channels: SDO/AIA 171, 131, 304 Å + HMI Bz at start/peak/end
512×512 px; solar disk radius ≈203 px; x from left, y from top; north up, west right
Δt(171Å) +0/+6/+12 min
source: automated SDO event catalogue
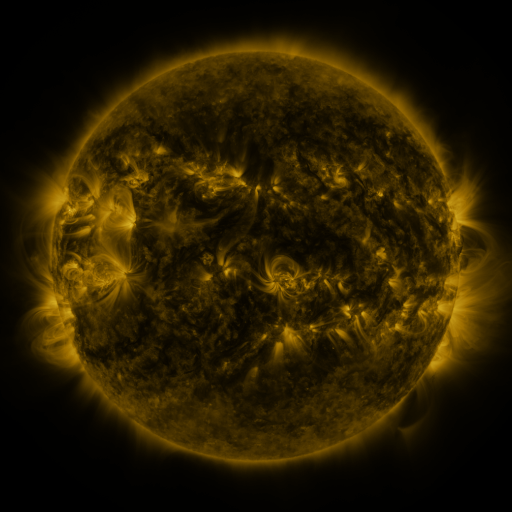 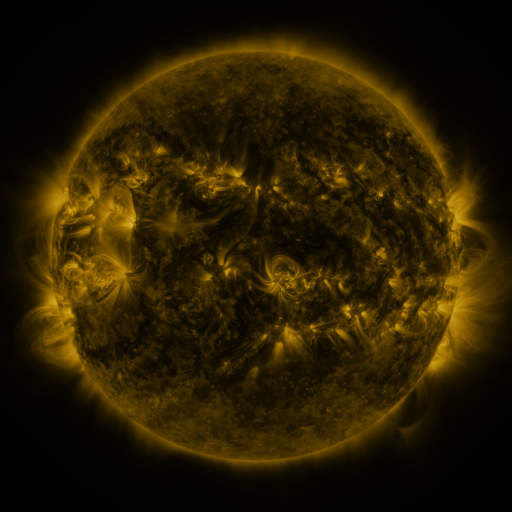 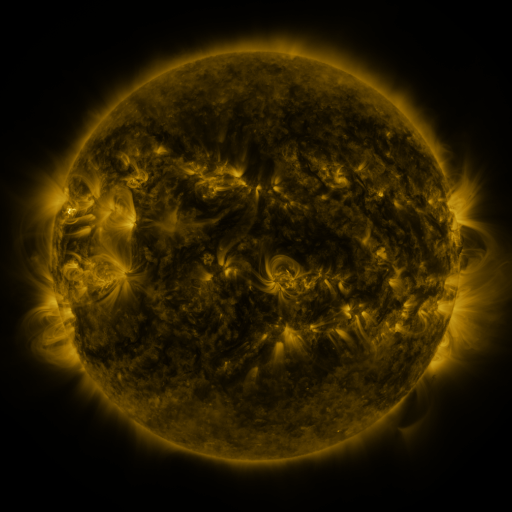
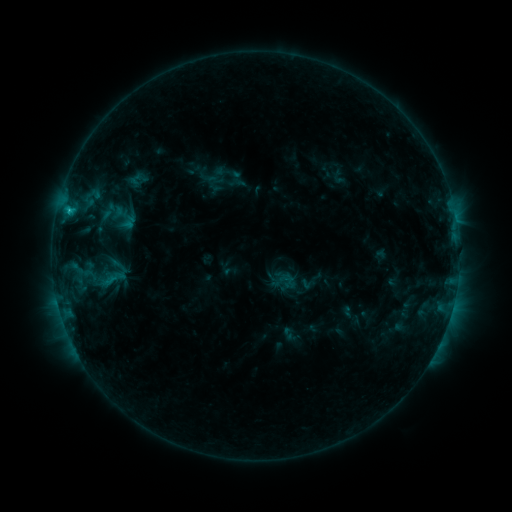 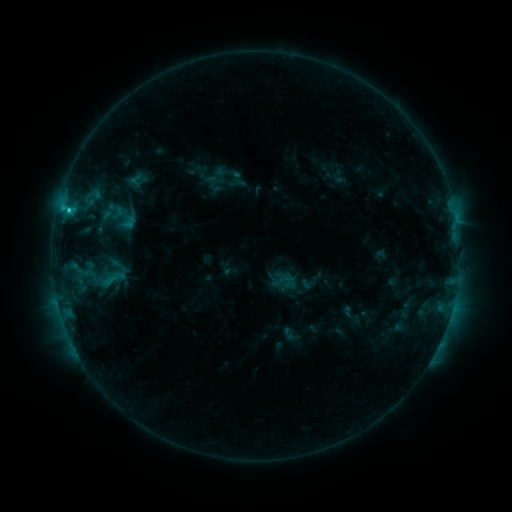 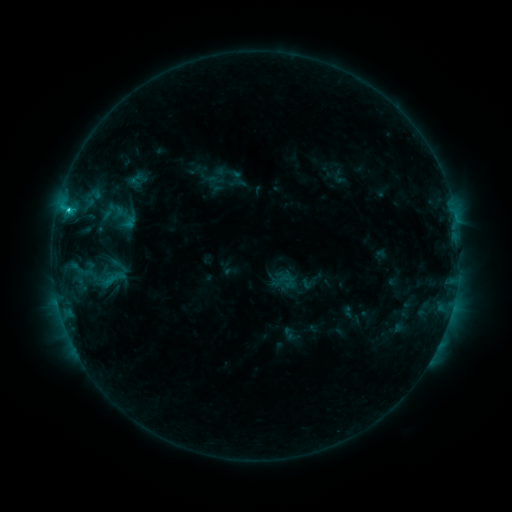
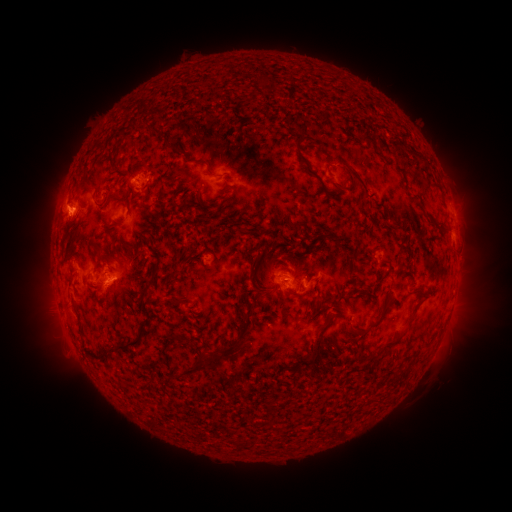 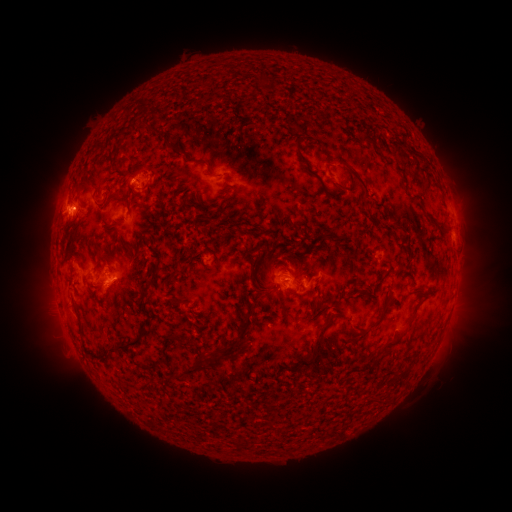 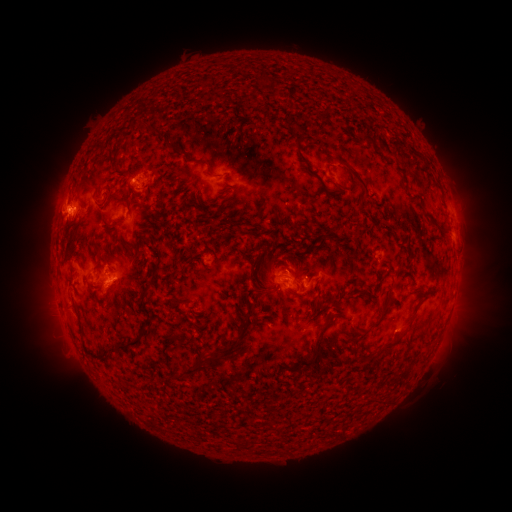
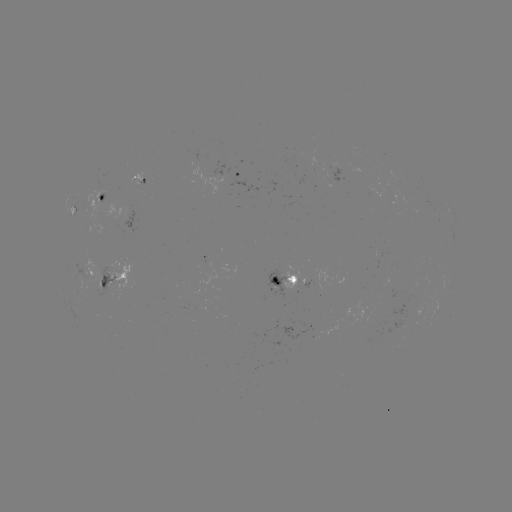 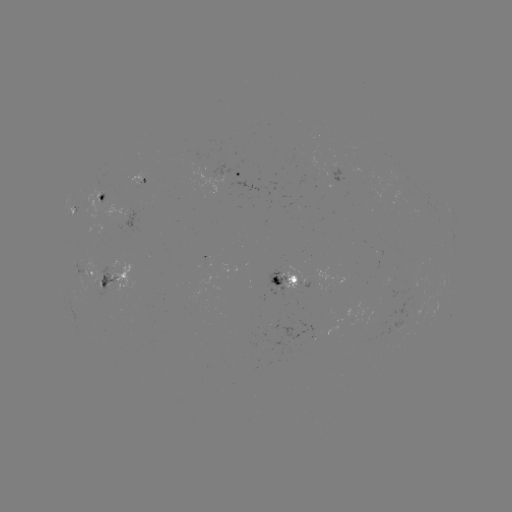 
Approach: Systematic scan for C1.7 flare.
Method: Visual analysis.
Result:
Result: C1.7 flare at (70, 212).